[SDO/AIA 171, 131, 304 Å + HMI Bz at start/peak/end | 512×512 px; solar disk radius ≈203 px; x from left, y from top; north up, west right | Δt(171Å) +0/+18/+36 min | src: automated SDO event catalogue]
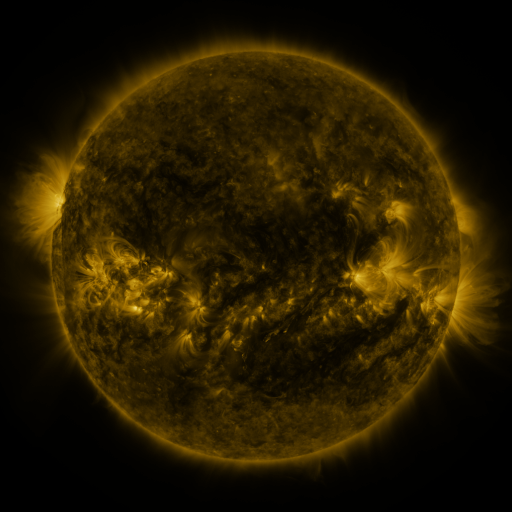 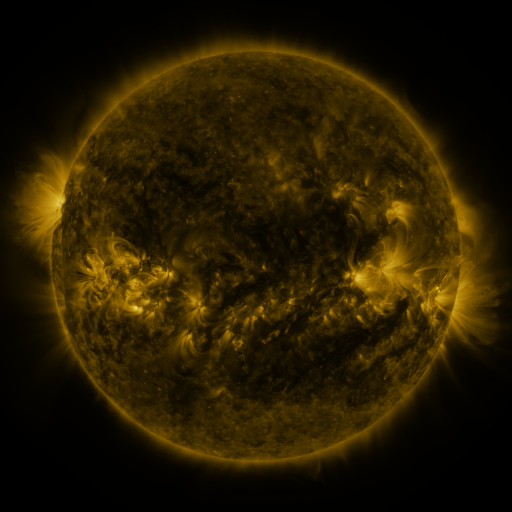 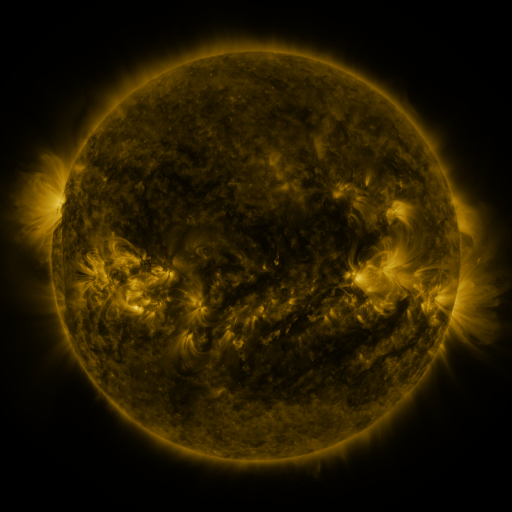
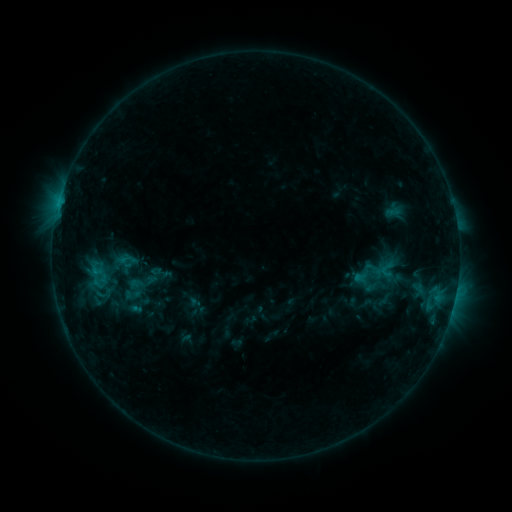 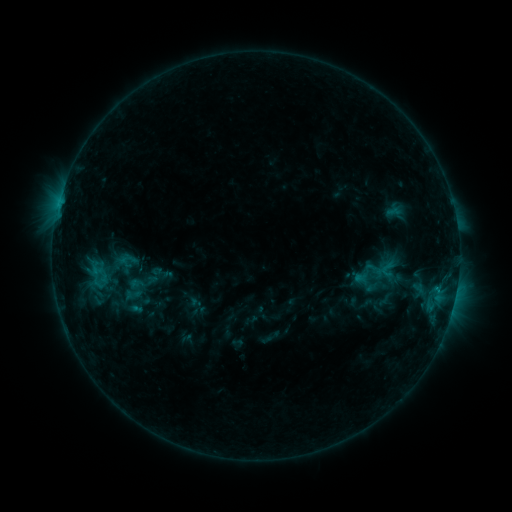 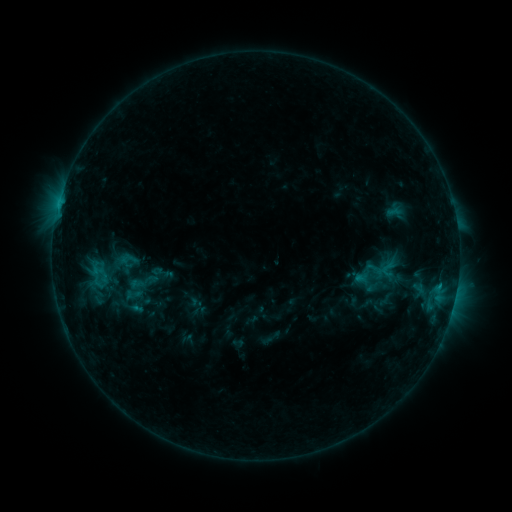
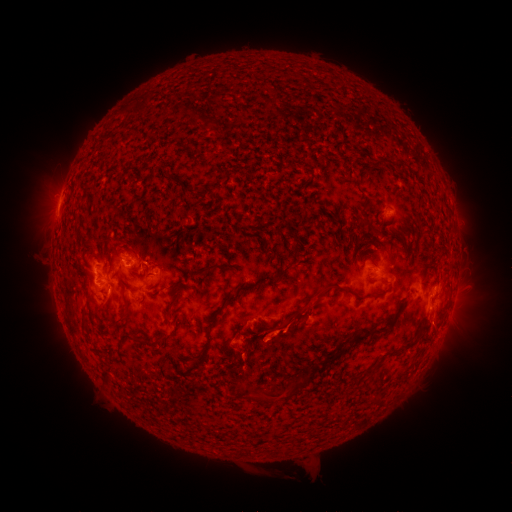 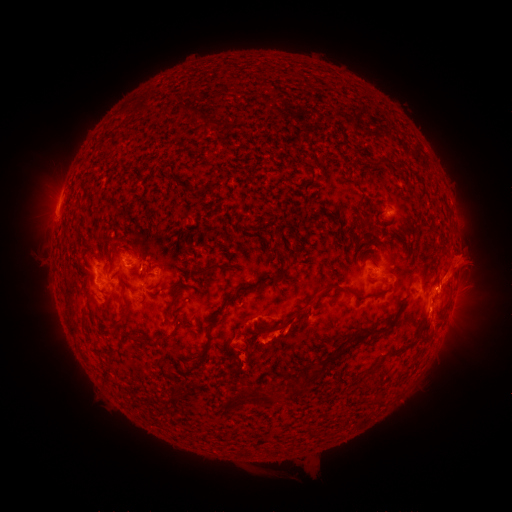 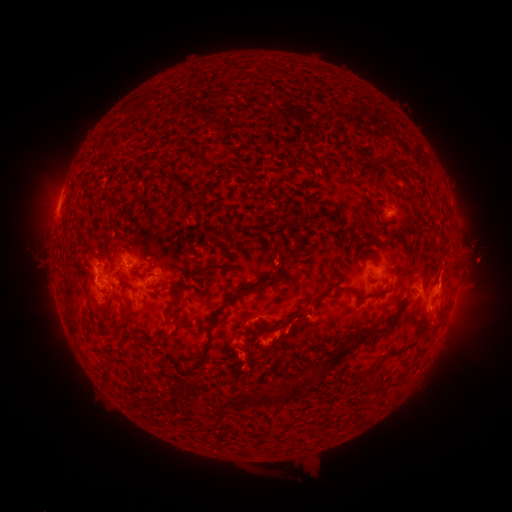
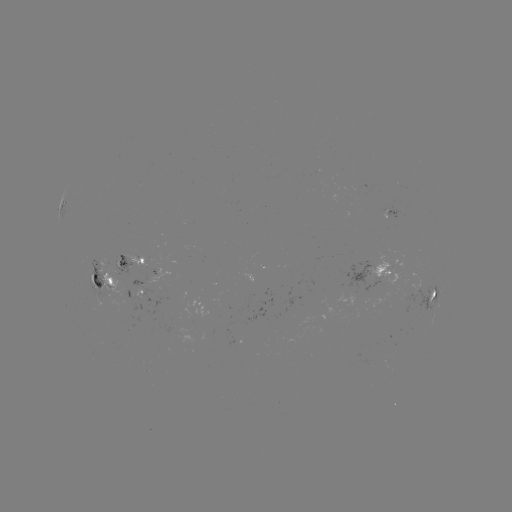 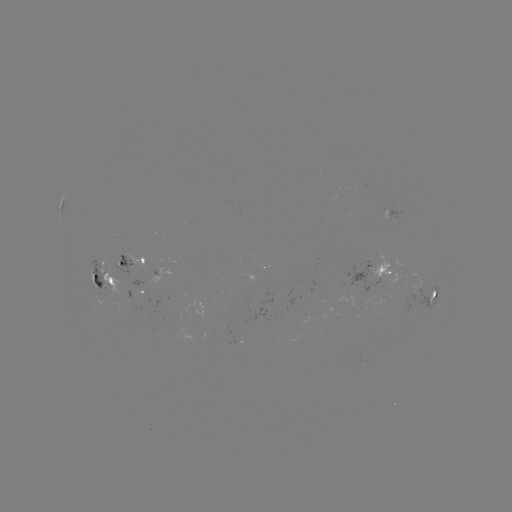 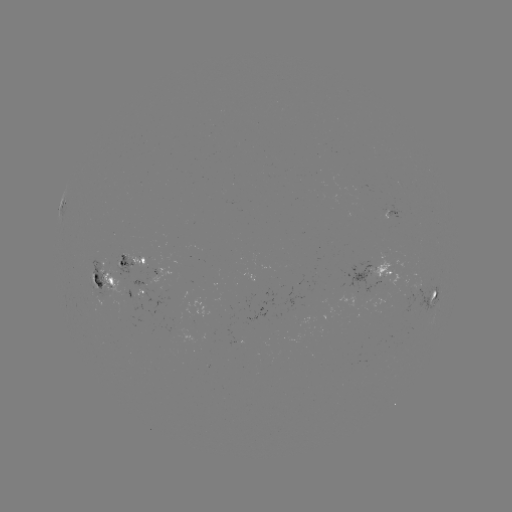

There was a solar eruption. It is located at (469, 261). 